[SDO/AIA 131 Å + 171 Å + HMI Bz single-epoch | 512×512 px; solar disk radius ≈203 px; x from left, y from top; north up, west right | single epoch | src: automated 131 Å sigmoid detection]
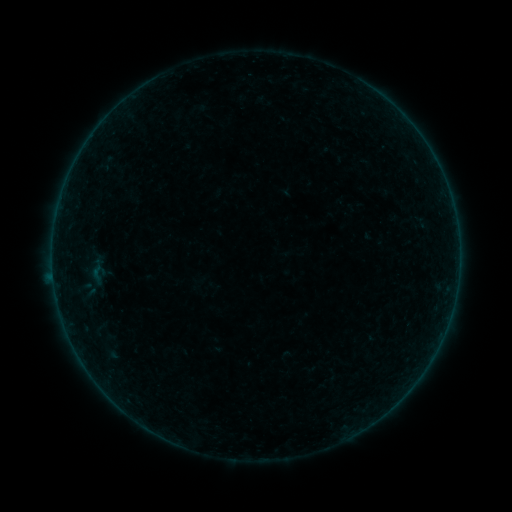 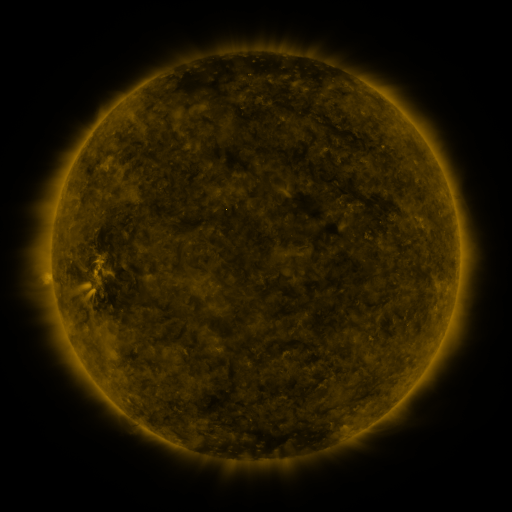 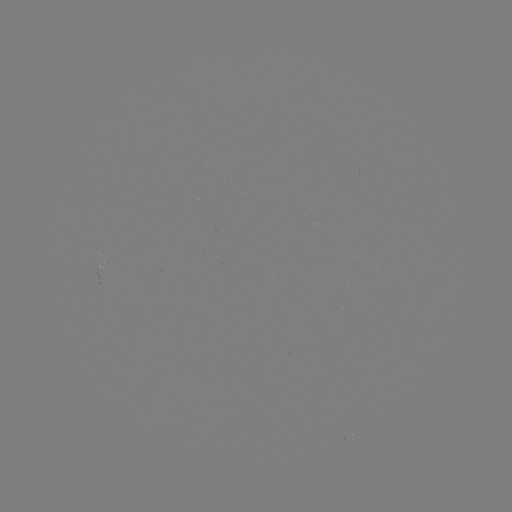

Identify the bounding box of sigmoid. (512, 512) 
[86, 263, 108, 282].